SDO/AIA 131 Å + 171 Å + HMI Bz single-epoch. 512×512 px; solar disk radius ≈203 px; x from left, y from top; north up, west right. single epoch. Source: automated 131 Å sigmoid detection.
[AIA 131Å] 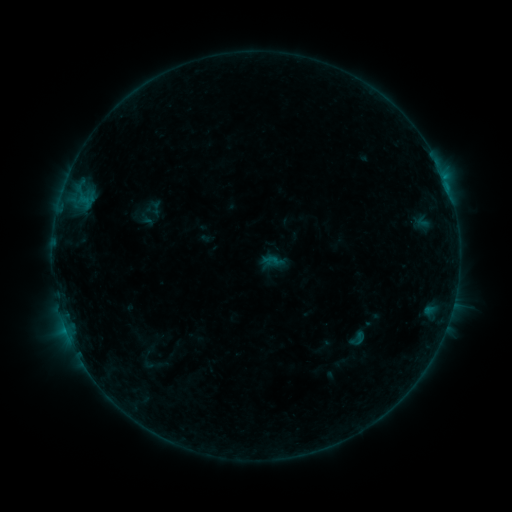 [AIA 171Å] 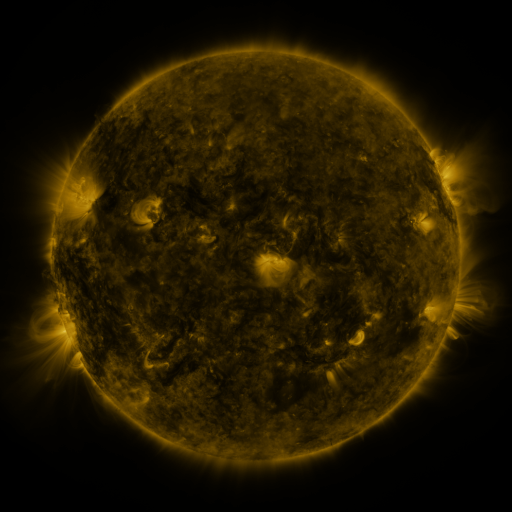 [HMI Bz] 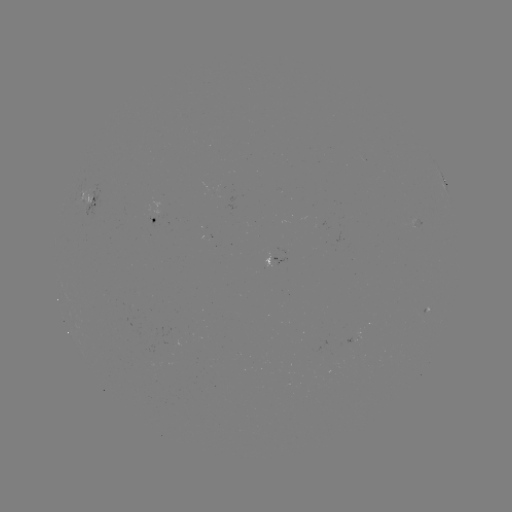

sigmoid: (348, 329, 366, 347)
